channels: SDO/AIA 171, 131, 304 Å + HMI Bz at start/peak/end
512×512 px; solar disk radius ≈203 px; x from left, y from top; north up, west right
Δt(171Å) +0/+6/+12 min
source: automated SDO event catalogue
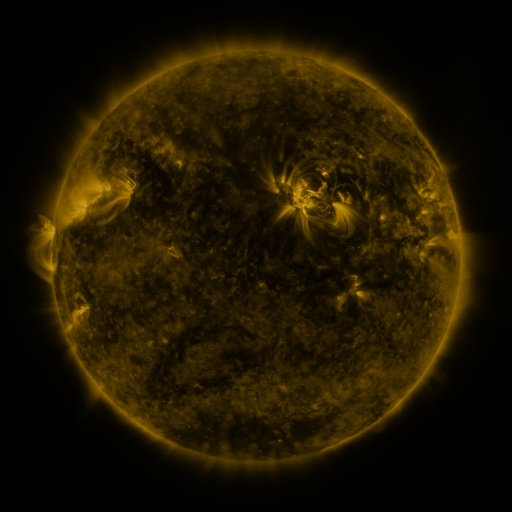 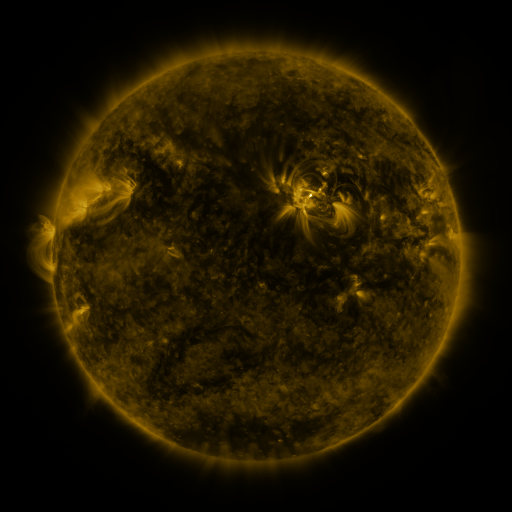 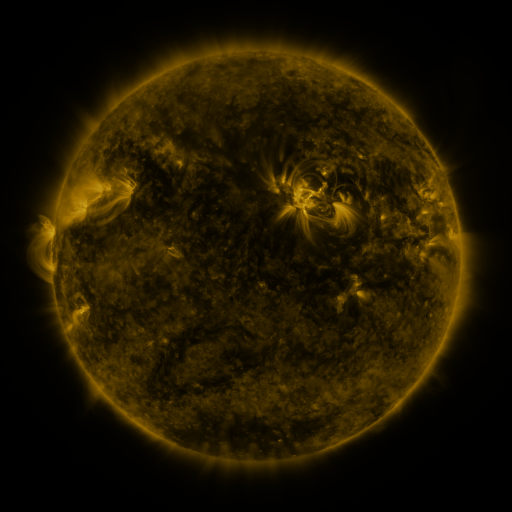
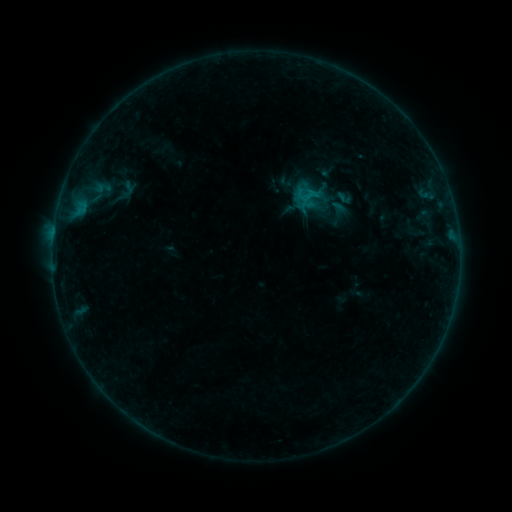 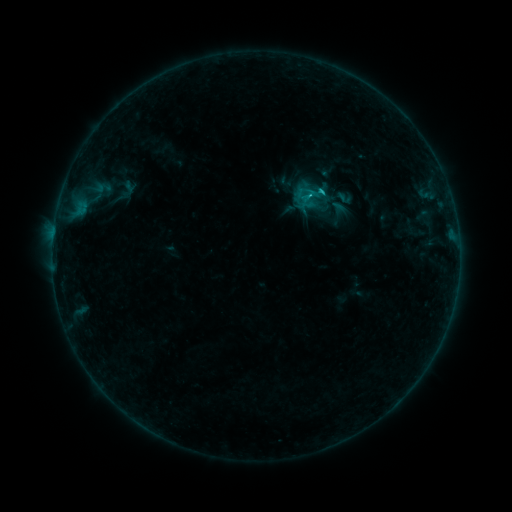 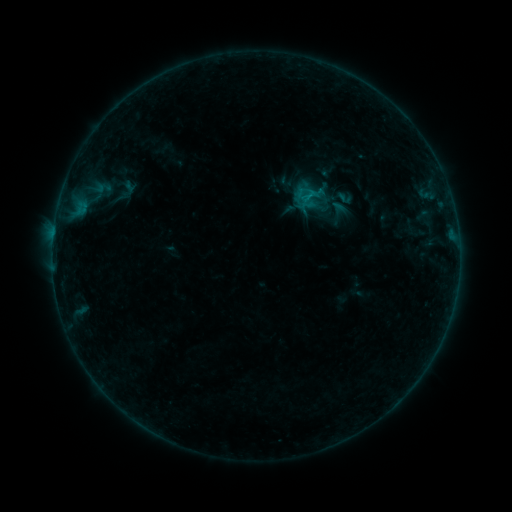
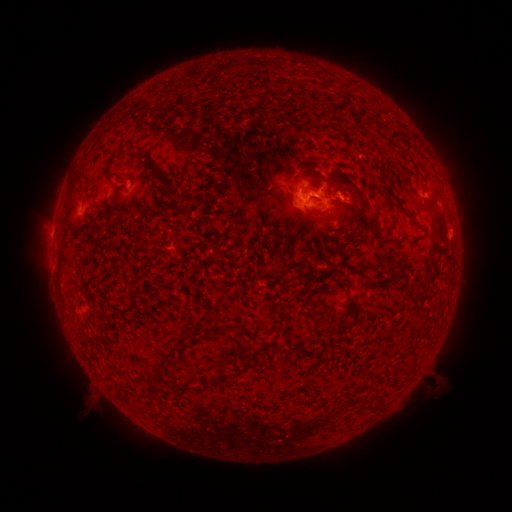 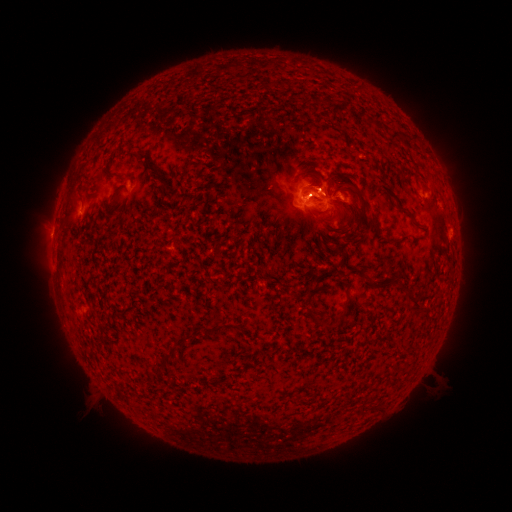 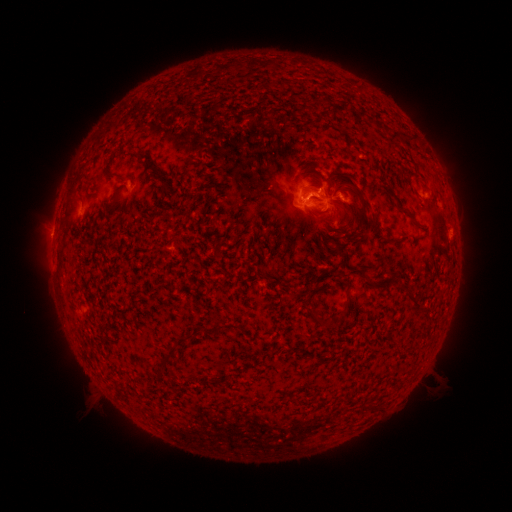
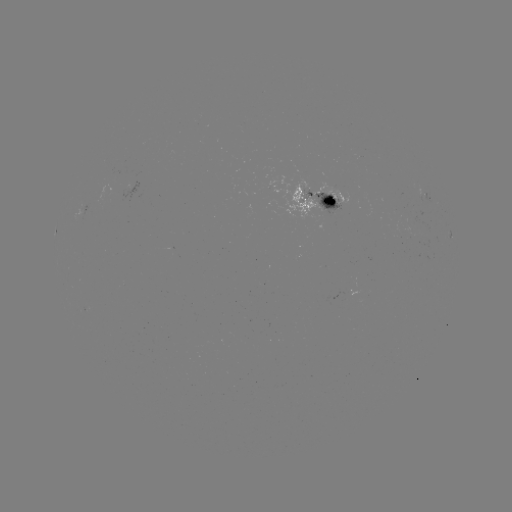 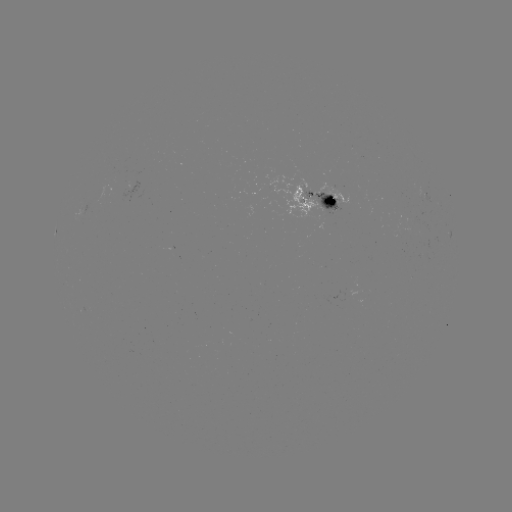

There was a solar flare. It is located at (320, 192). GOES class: B7.7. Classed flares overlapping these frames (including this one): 1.